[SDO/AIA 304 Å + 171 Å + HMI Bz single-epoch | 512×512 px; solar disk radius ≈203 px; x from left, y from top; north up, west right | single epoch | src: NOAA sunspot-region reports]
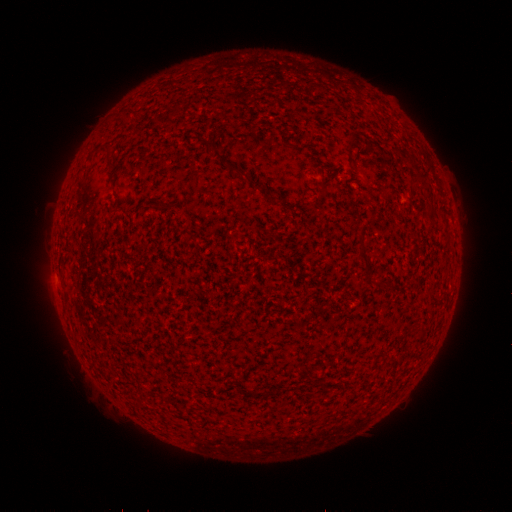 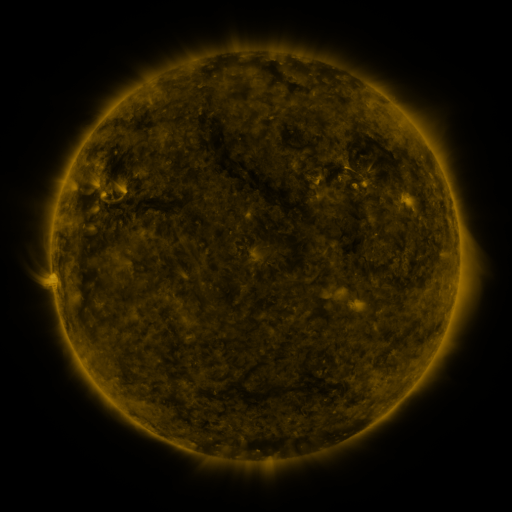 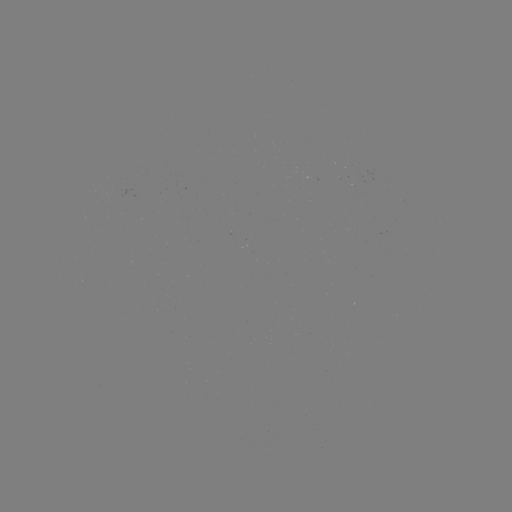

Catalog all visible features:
(none)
